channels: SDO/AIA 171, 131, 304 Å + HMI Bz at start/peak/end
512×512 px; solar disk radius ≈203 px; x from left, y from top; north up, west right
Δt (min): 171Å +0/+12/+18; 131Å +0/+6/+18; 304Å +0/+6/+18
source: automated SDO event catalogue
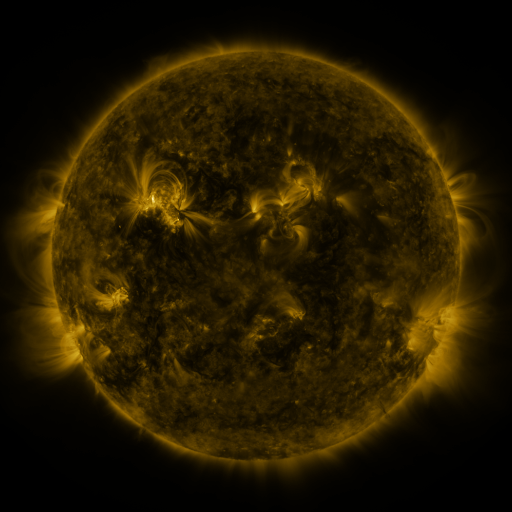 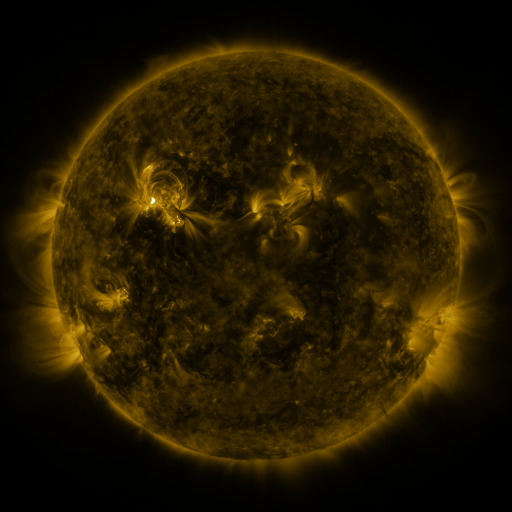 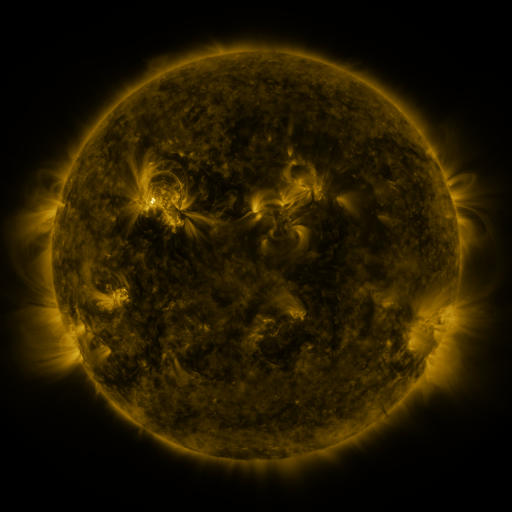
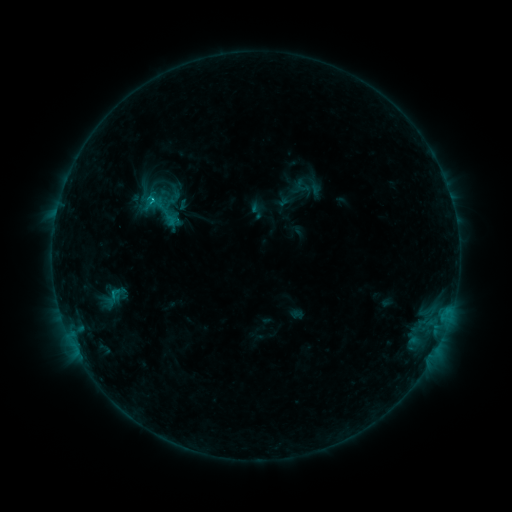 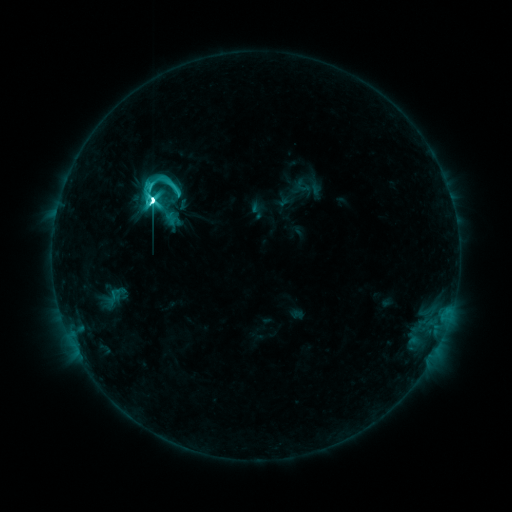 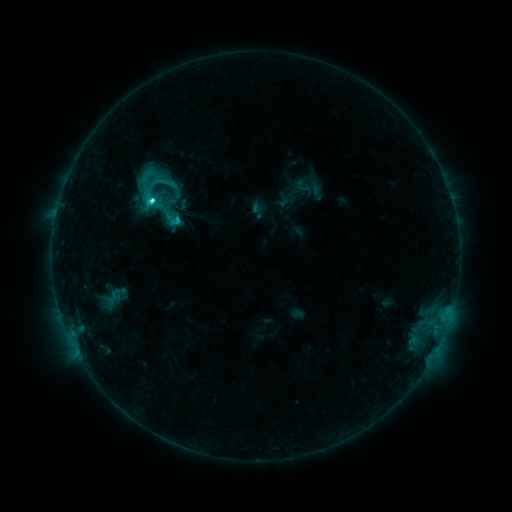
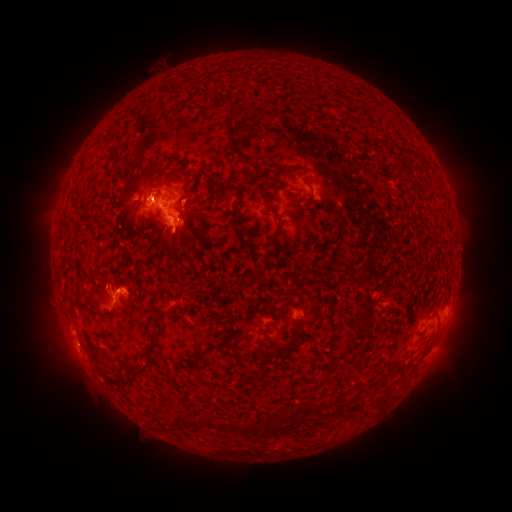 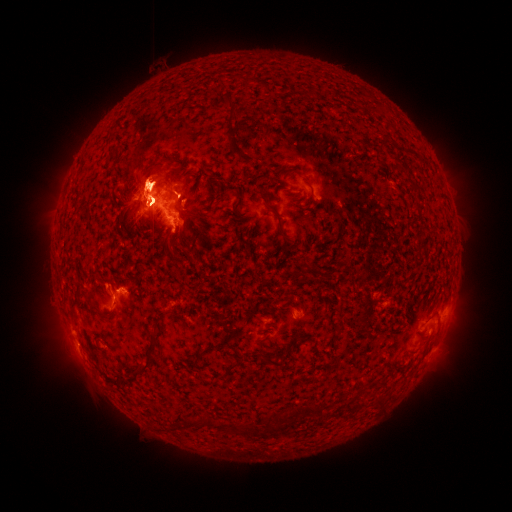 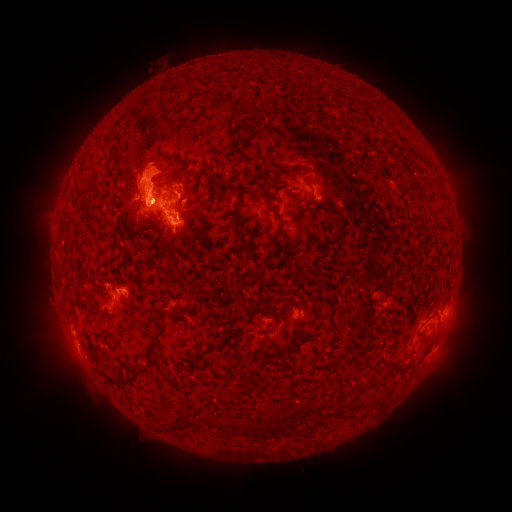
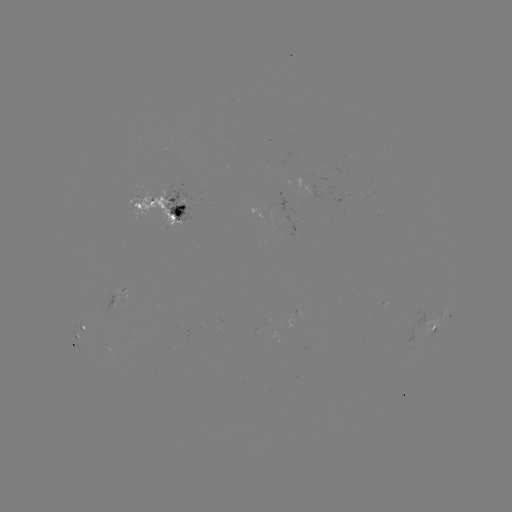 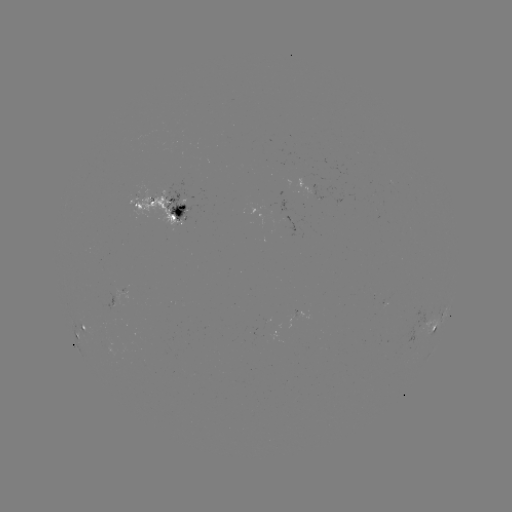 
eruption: (429, 134, 483, 211)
